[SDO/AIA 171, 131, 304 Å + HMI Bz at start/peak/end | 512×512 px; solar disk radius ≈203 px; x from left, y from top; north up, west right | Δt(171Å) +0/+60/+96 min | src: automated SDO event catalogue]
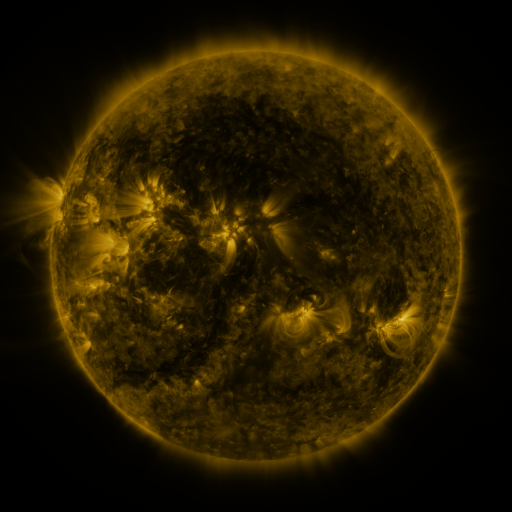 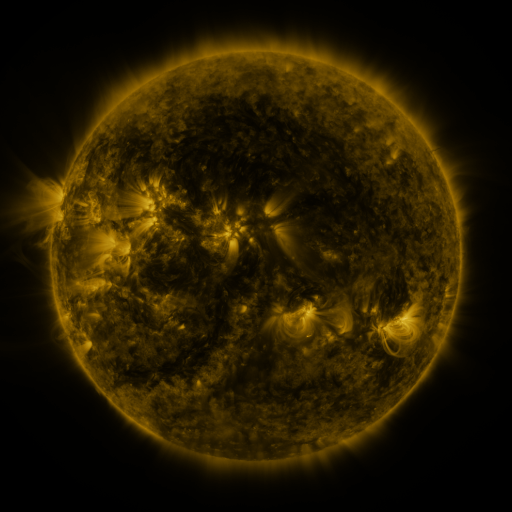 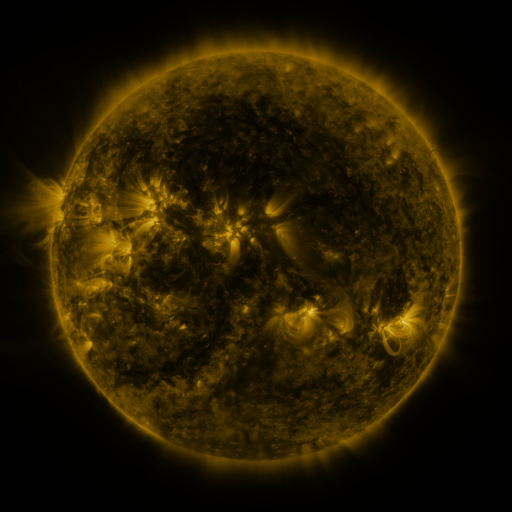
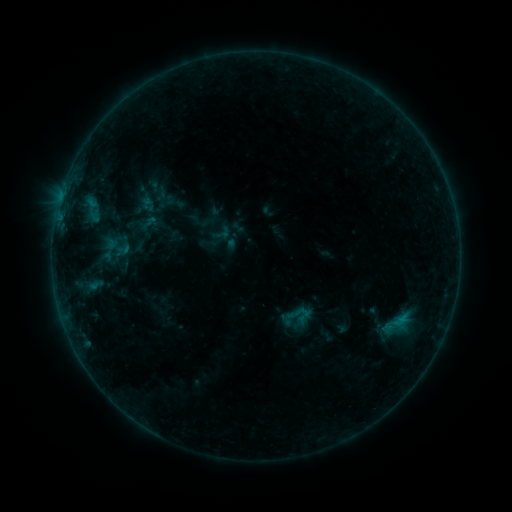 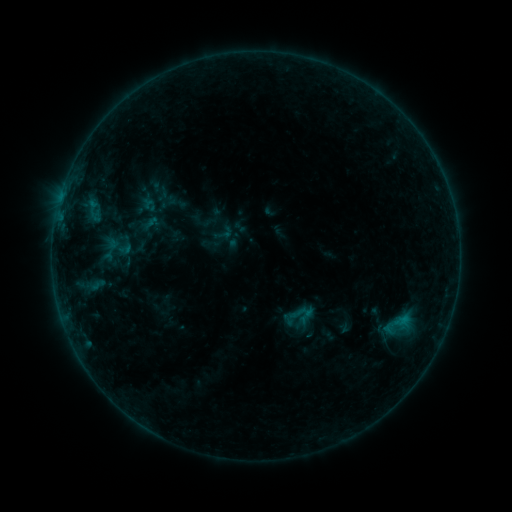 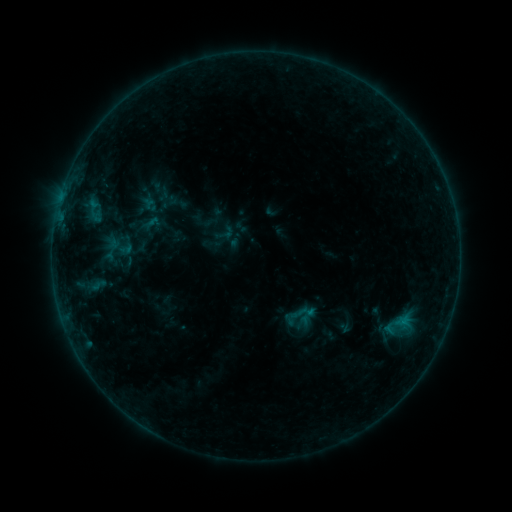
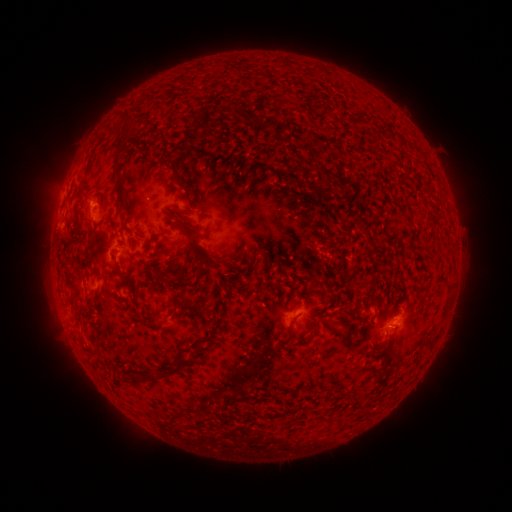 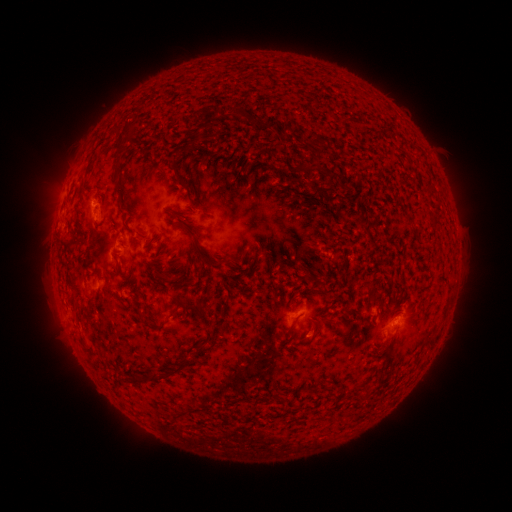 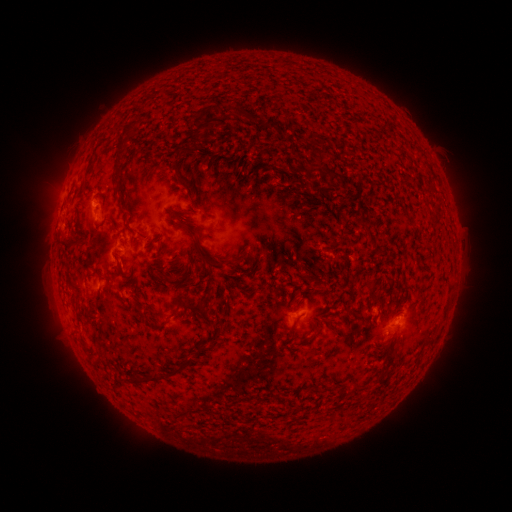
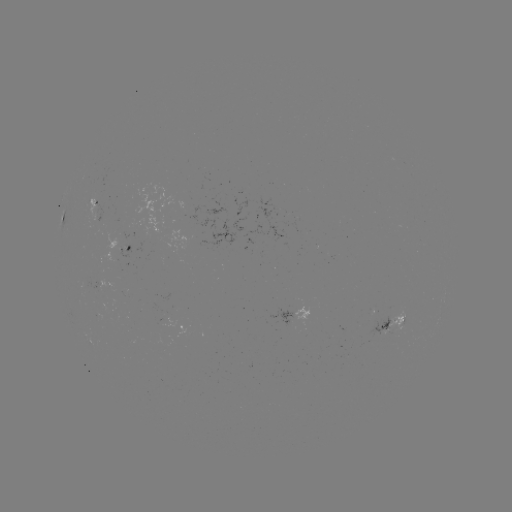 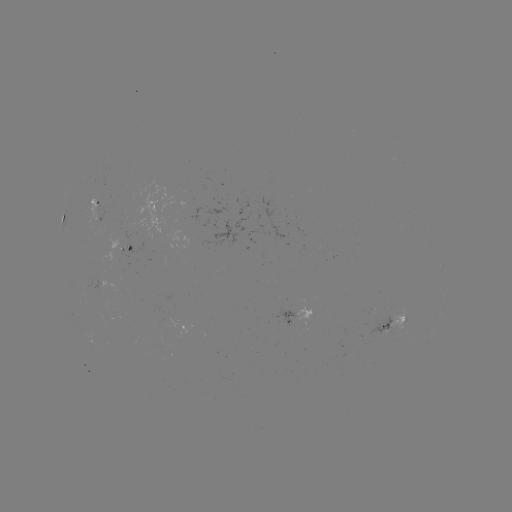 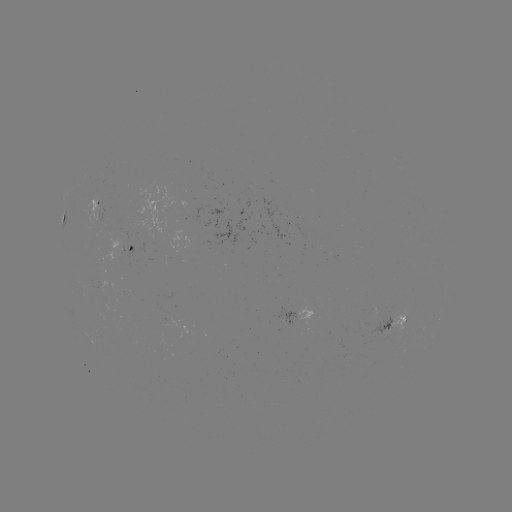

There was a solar emerging-flux region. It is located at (211, 211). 